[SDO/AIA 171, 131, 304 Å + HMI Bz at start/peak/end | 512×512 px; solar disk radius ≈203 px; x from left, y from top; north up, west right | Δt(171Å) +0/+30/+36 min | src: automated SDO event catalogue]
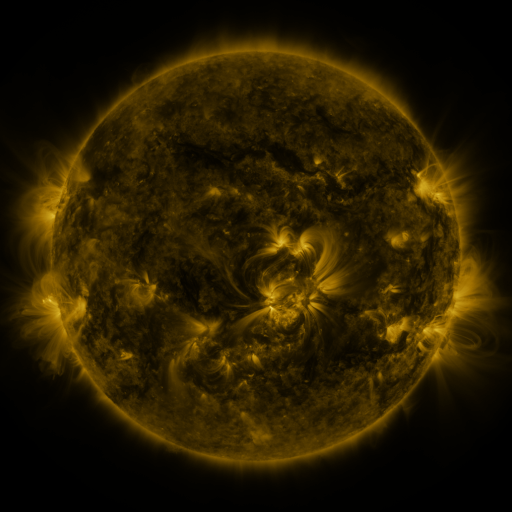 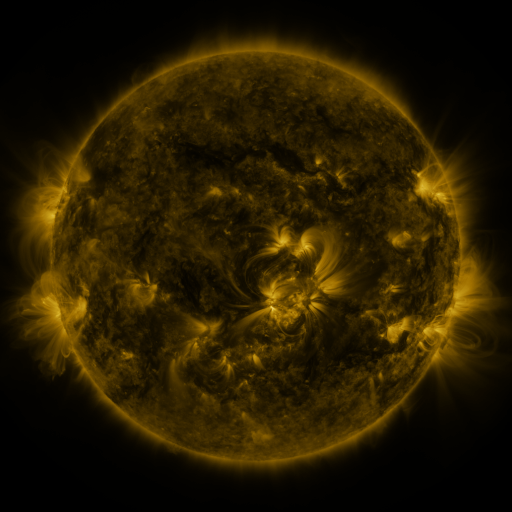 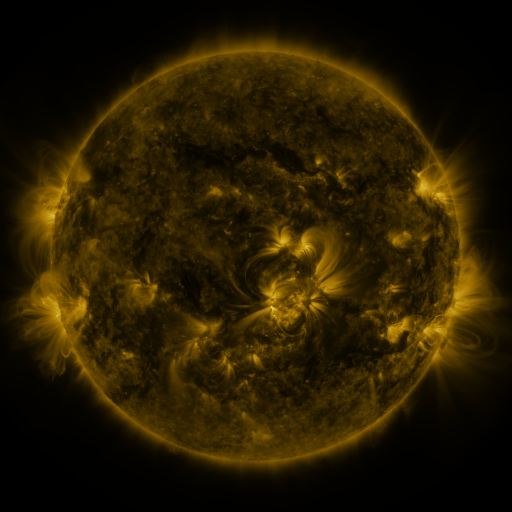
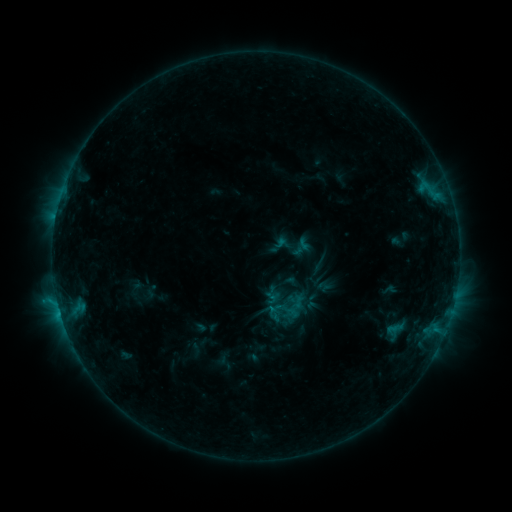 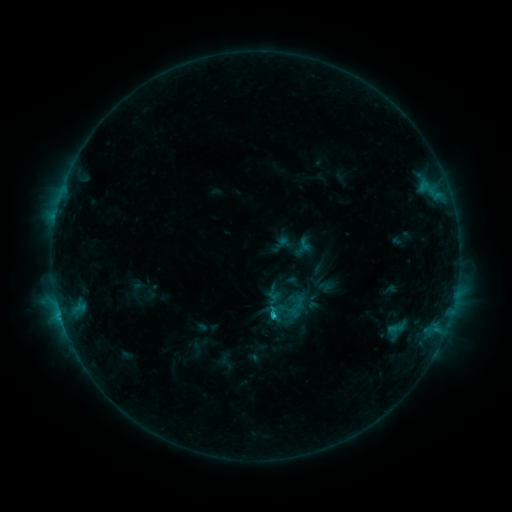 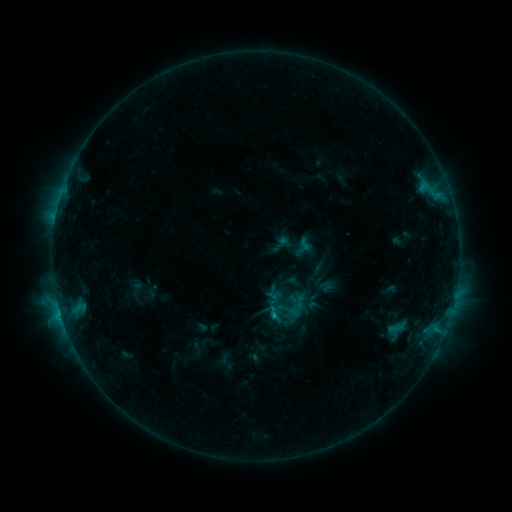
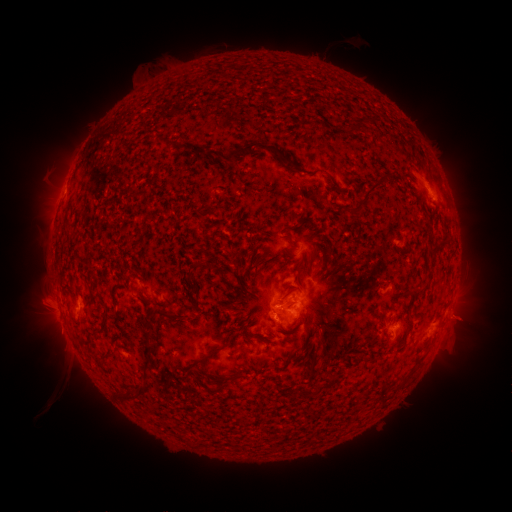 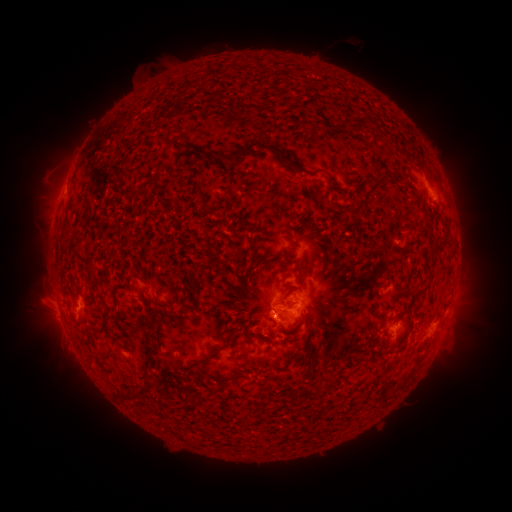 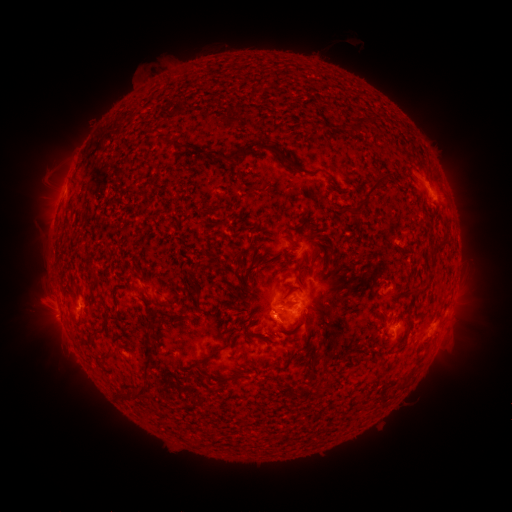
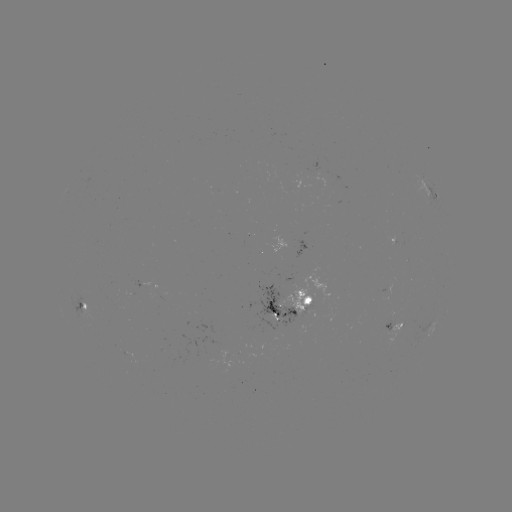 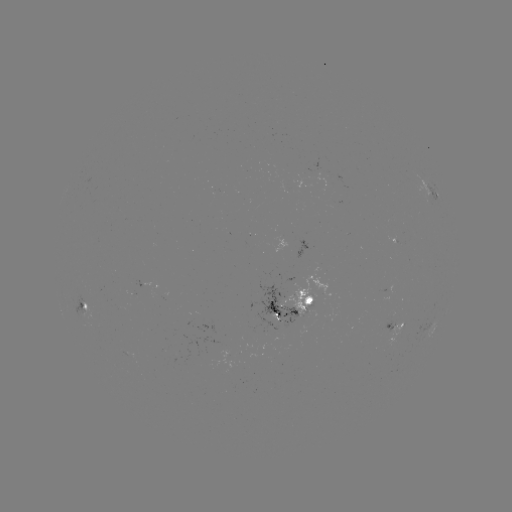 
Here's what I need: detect C1.6 flare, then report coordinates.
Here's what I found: C1.6 flare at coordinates (273, 313).